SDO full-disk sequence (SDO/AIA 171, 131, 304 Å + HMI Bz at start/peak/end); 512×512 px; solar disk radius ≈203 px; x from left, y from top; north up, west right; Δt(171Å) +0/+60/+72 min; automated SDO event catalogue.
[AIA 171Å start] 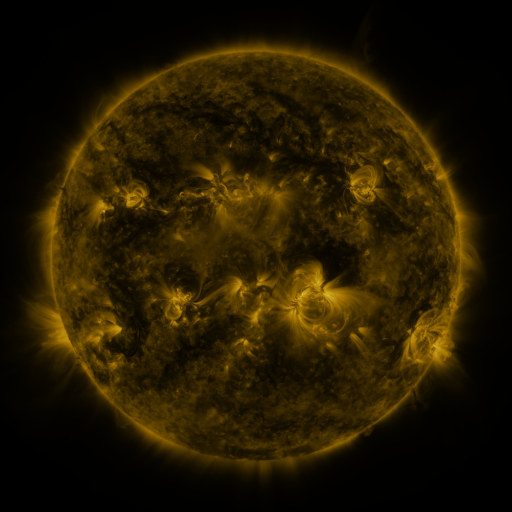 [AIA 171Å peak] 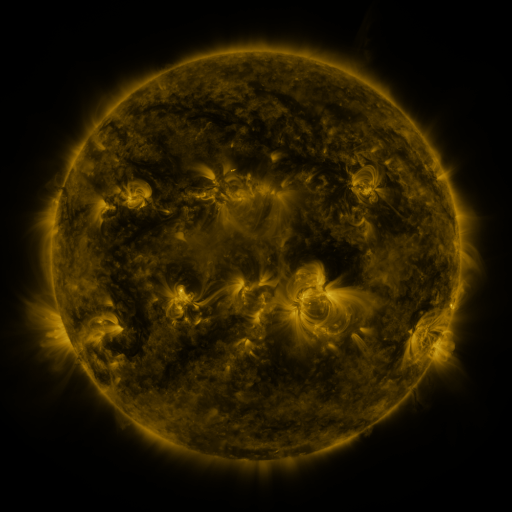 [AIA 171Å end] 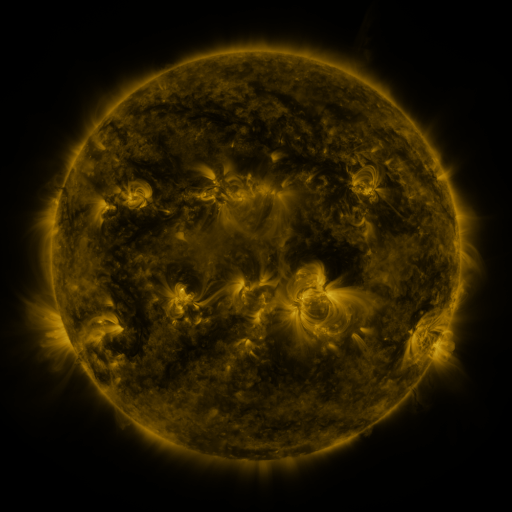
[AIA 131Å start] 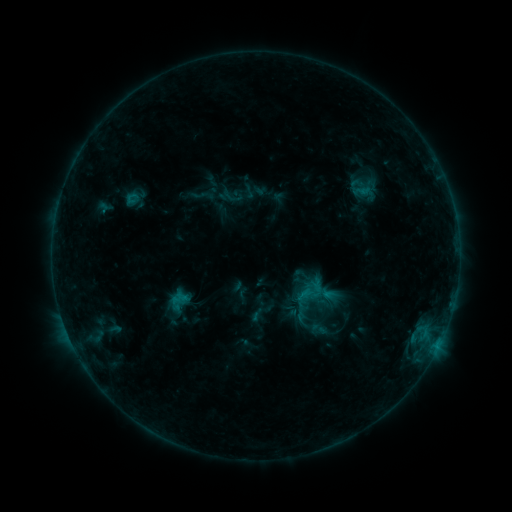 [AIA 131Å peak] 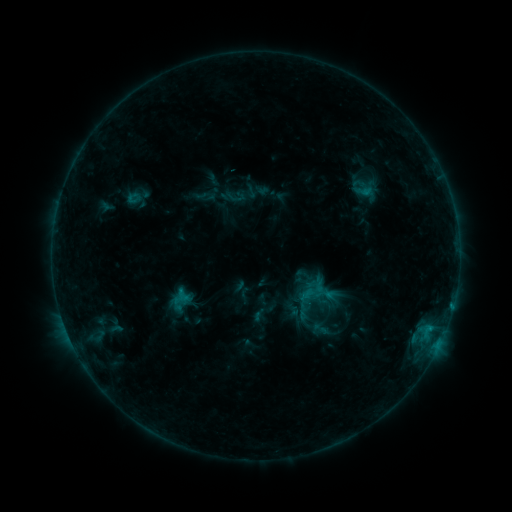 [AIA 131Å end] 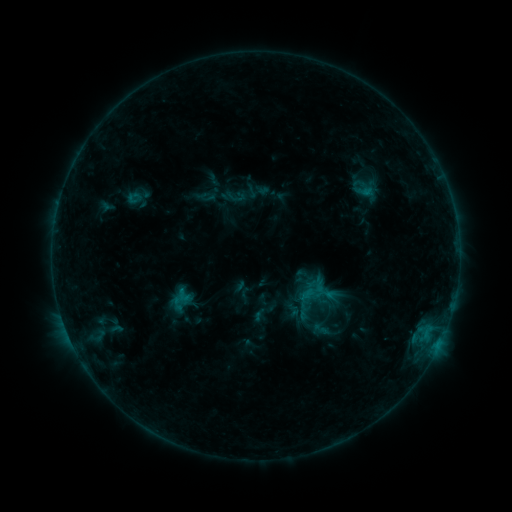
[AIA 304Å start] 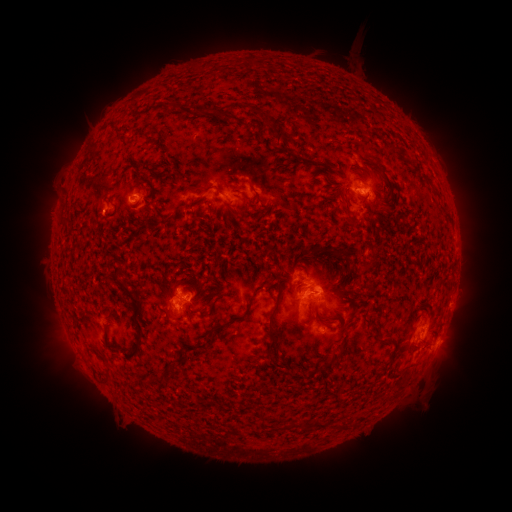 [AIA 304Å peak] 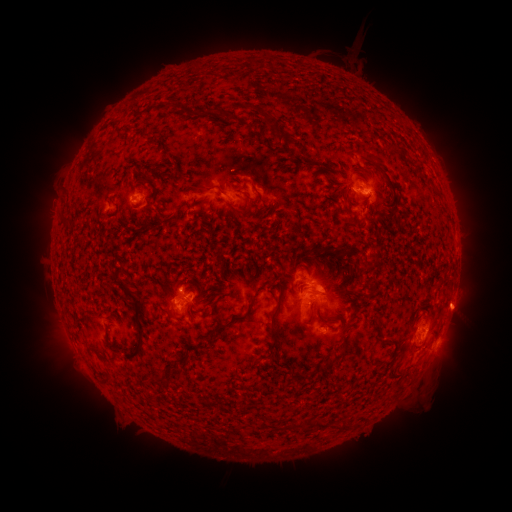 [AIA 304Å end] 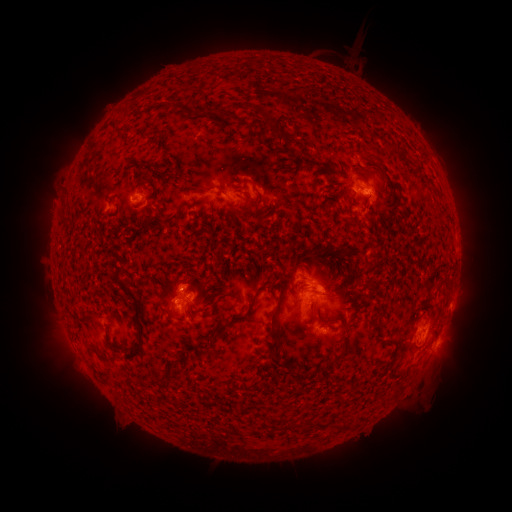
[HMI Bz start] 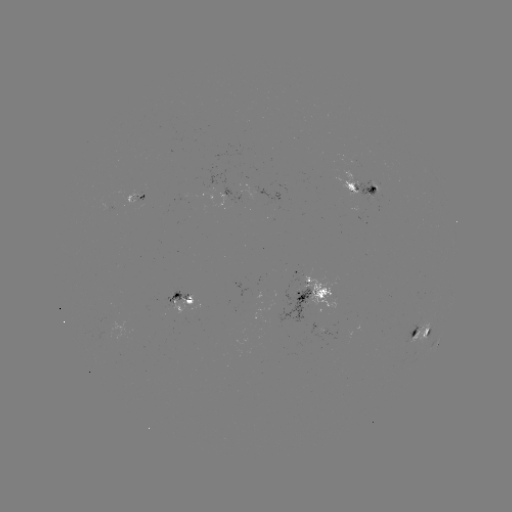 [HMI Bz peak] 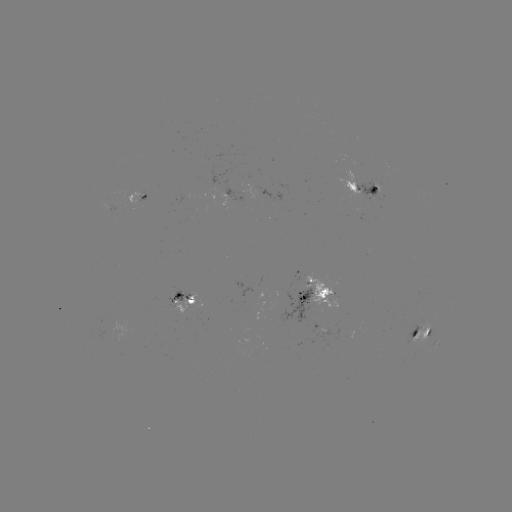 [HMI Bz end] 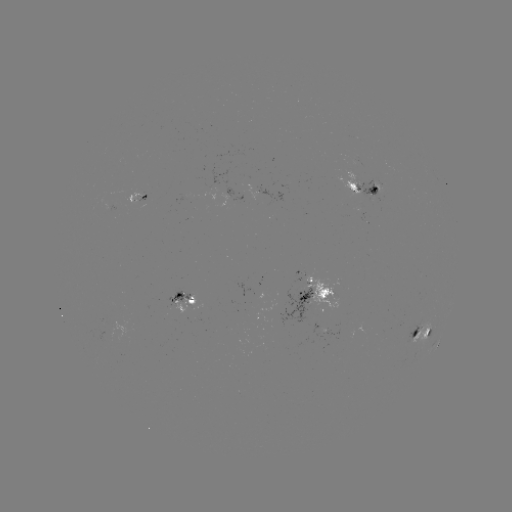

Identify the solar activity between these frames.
emerging-flux region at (256, 188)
